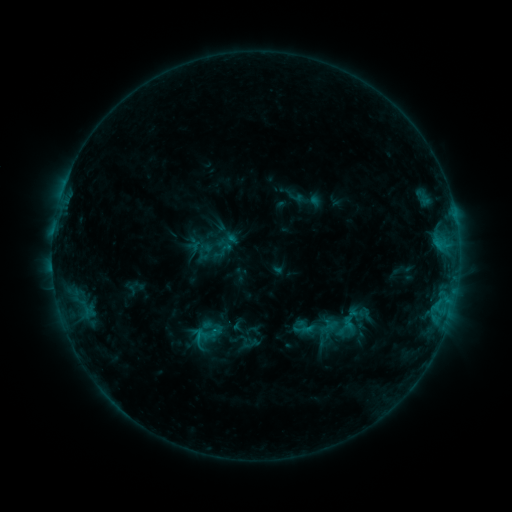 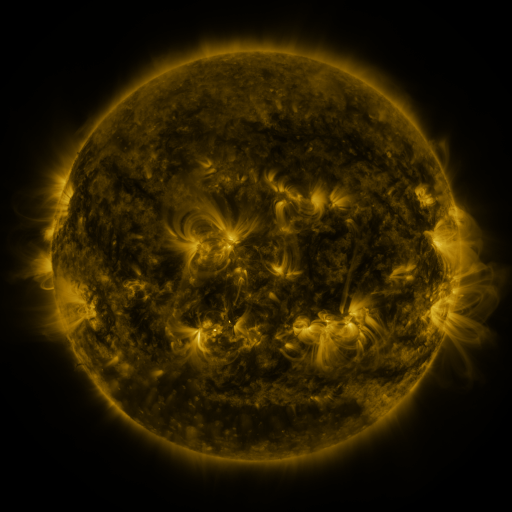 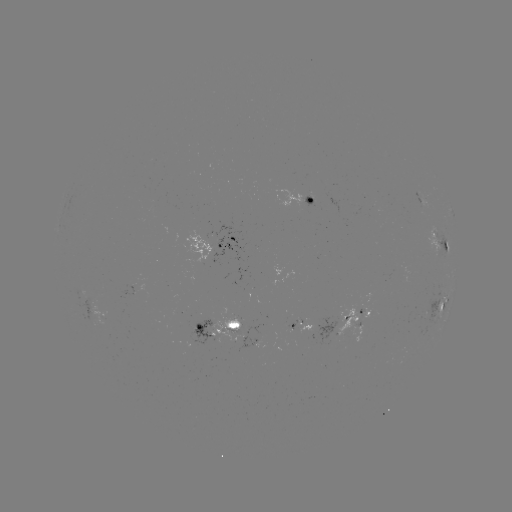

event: sigmoid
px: (306, 327)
